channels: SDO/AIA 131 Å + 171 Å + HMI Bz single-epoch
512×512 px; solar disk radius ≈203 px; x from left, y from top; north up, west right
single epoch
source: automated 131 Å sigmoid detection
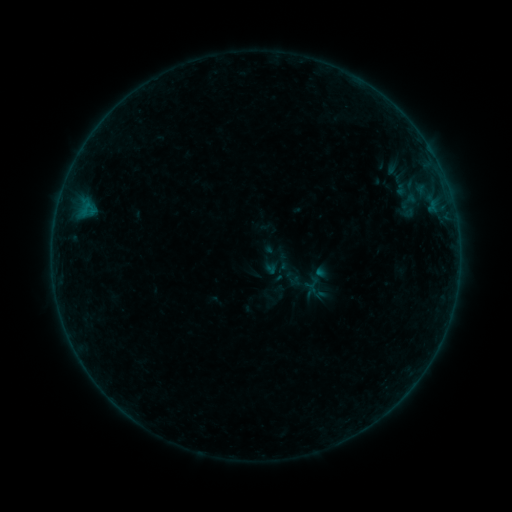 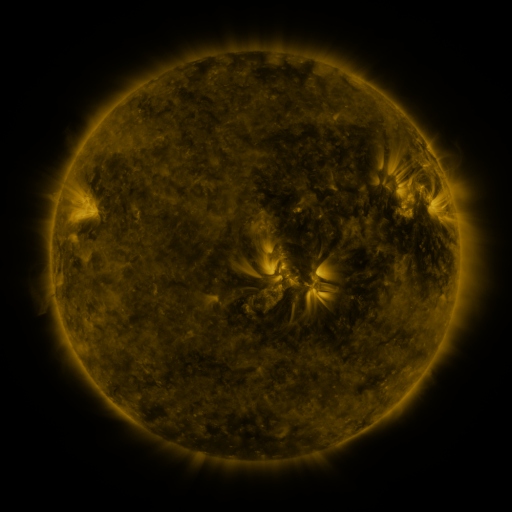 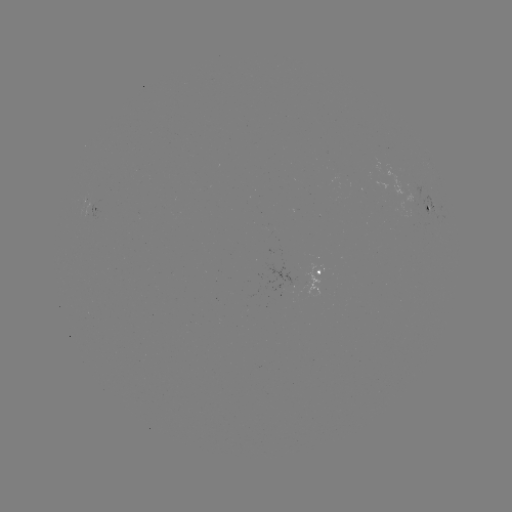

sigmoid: [305, 276, 322, 293]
